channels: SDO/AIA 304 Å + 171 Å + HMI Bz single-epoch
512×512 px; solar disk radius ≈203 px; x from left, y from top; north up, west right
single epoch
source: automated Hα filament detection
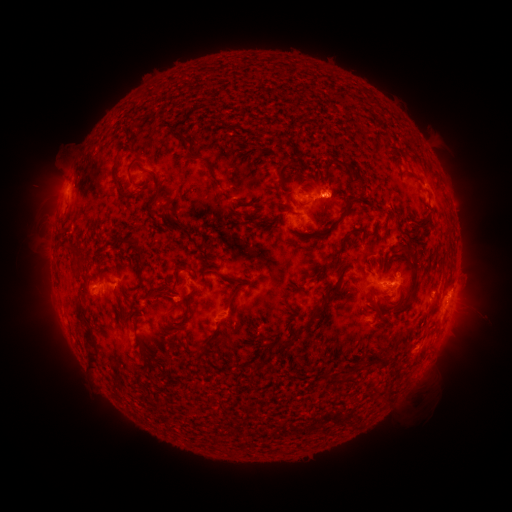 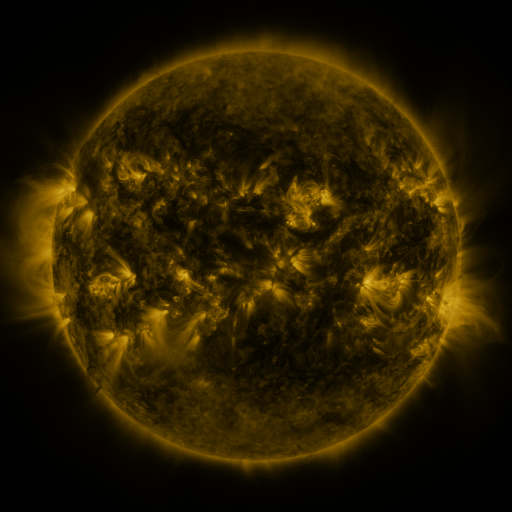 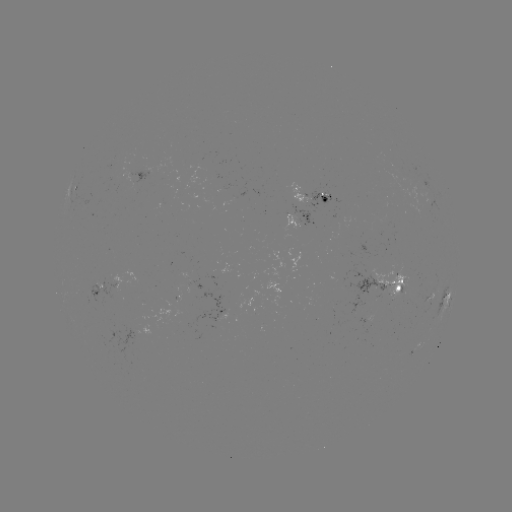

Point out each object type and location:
filament: (157, 112)
filament: (115, 134)
filament: (180, 136)
filament: (93, 155)
filament: (198, 157)
filament: (278, 170)
filament: (128, 172)
filament: (355, 175)
filament: (157, 193)
filament: (348, 204)
filament: (147, 207)
filament: (422, 223)
filament: (178, 224)
filament: (322, 231)
filament: (135, 245)
filament: (401, 246)
filament: (69, 249)
filament: (339, 249)
filament: (80, 264)
filament: (415, 267)
filament: (342, 268)
filament: (220, 275)
filament: (237, 288)
filament: (333, 288)
filament: (163, 293)
filament: (188, 305)
filament: (79, 311)
filament: (122, 311)
filament: (300, 327)
filament: (93, 347)
filament: (331, 375)
filament: (354, 379)
filament: (143, 387)
filament: (163, 403)
